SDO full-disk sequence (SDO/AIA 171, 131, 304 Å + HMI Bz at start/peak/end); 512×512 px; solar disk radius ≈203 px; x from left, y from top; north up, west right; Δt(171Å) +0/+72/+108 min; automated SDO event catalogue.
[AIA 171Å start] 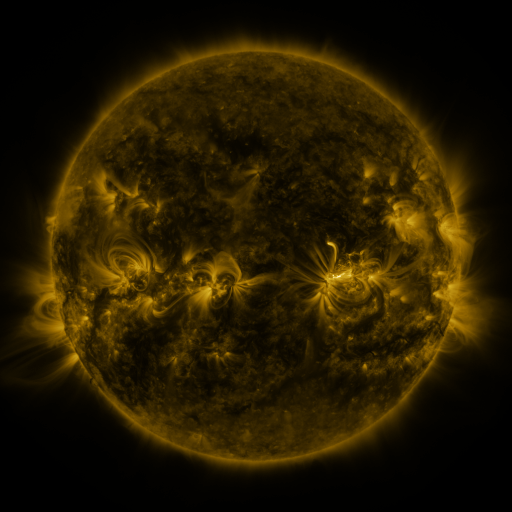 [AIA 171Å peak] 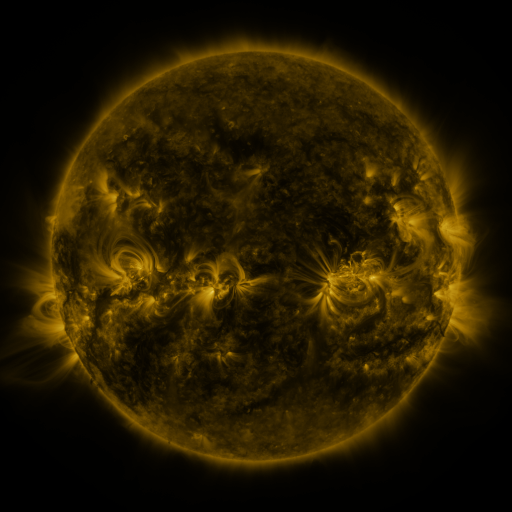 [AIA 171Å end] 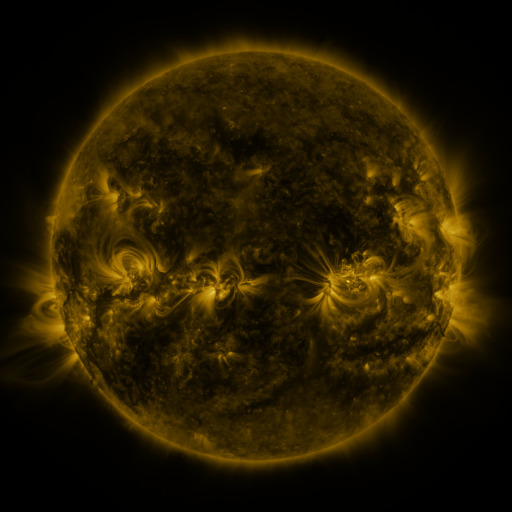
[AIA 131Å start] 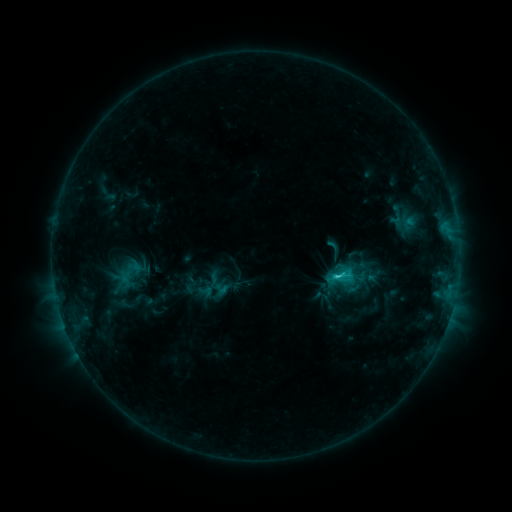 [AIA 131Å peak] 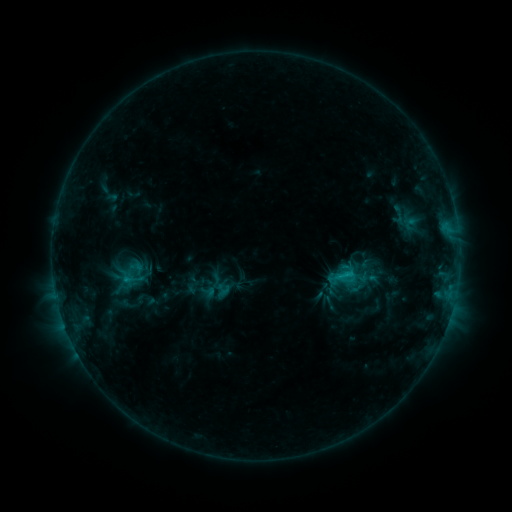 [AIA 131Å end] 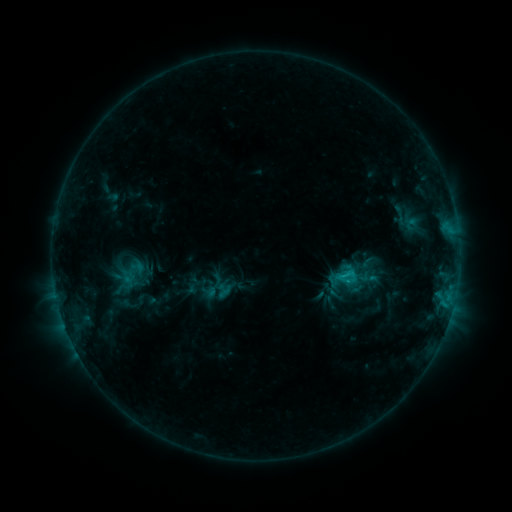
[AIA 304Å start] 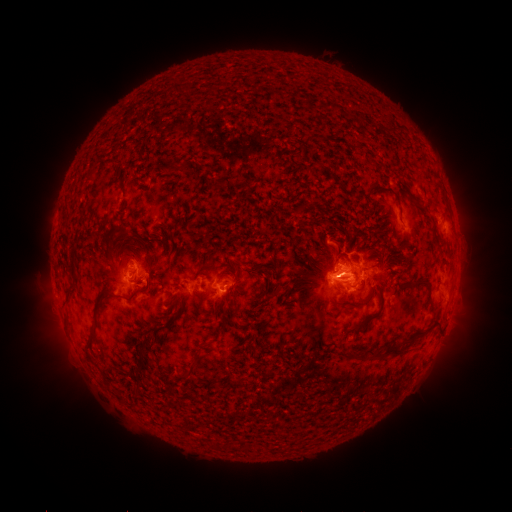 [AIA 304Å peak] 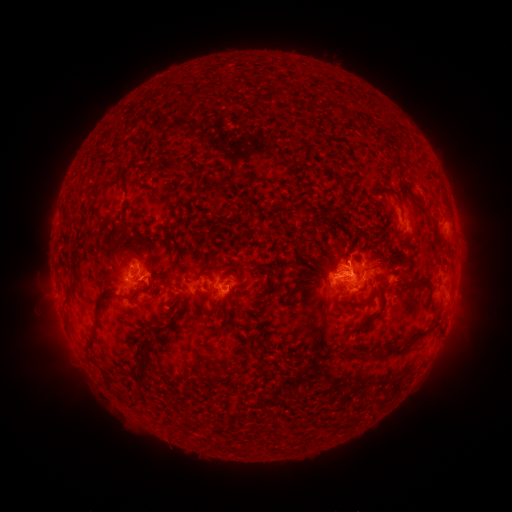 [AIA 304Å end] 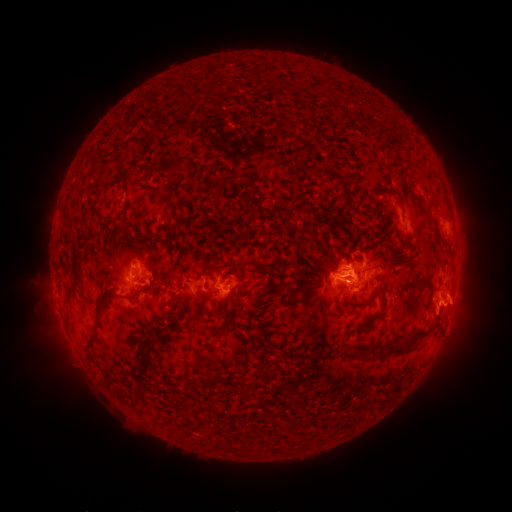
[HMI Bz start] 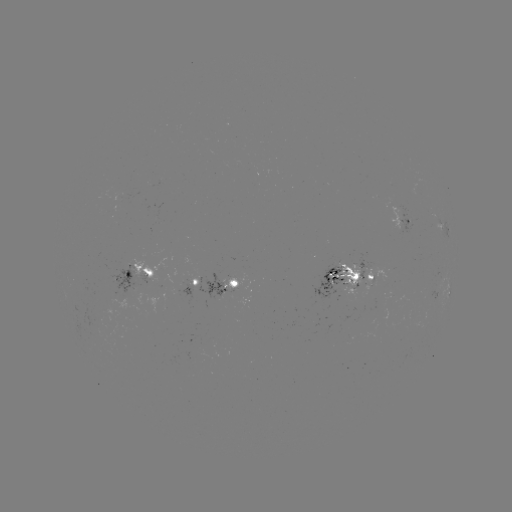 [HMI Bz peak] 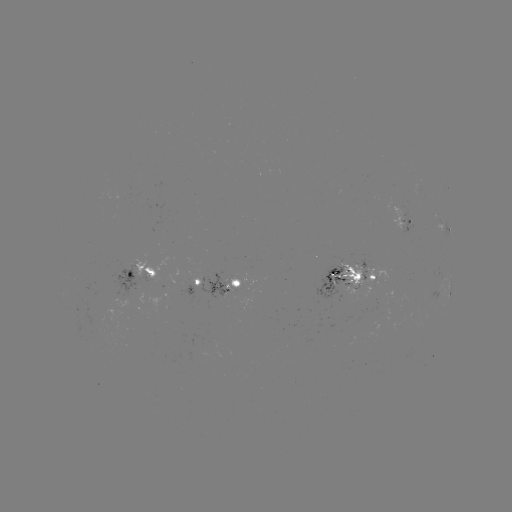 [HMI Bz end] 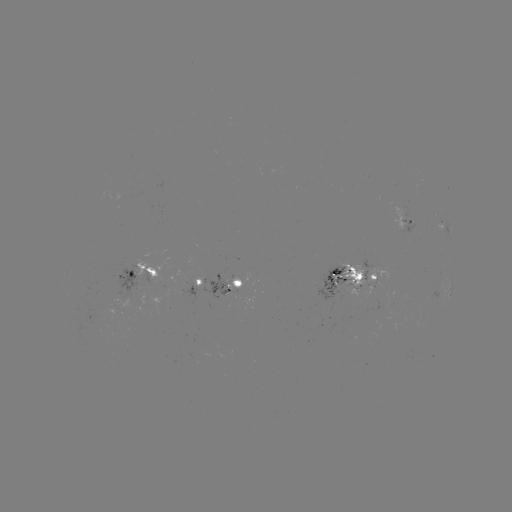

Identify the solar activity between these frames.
emerging-flux region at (221, 284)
